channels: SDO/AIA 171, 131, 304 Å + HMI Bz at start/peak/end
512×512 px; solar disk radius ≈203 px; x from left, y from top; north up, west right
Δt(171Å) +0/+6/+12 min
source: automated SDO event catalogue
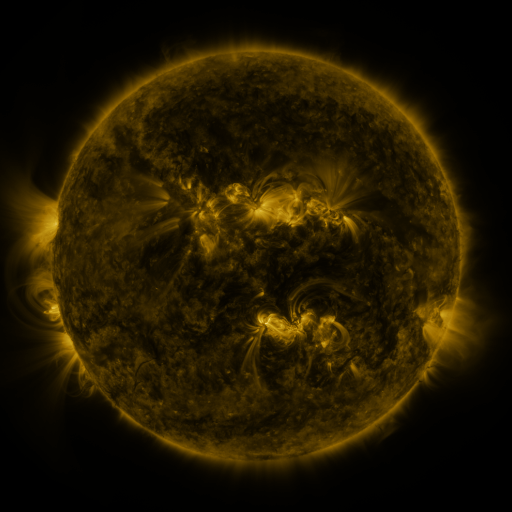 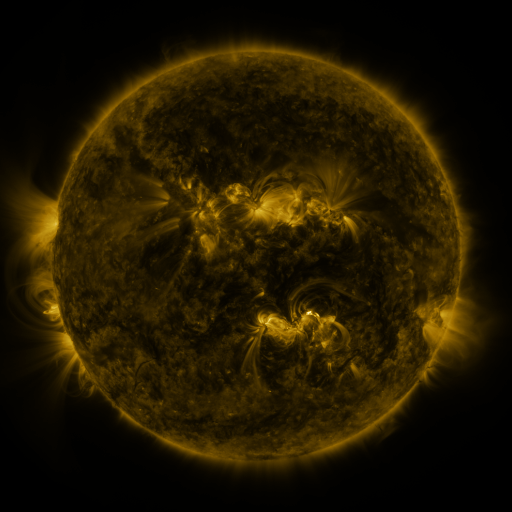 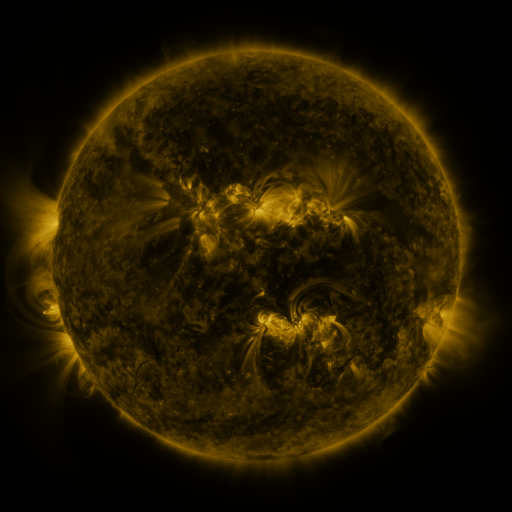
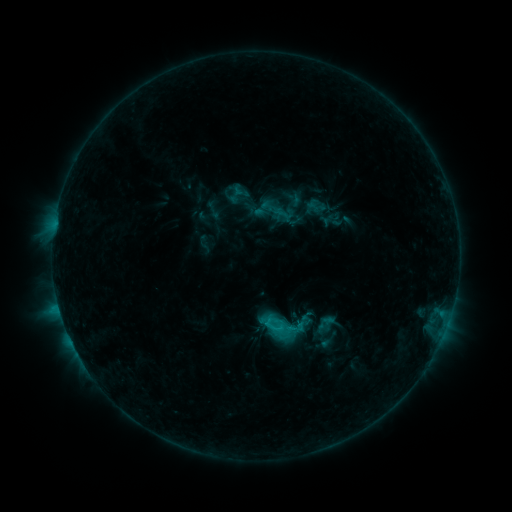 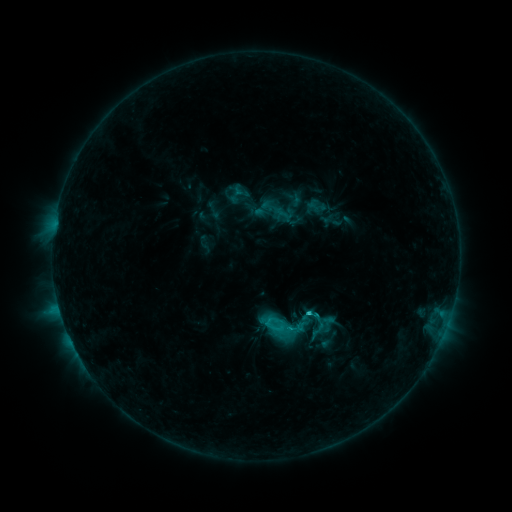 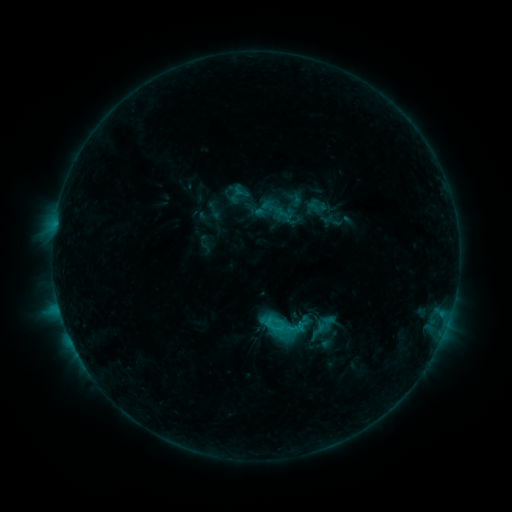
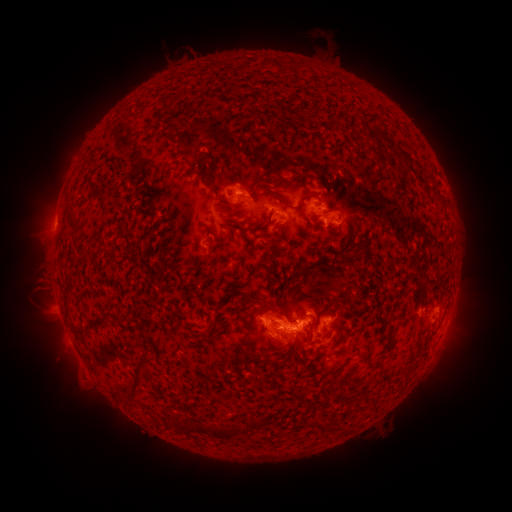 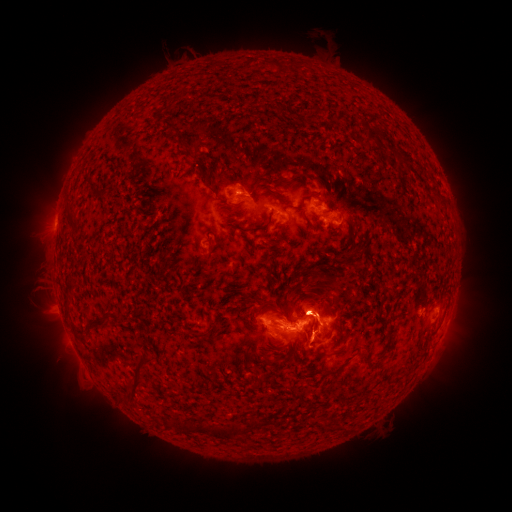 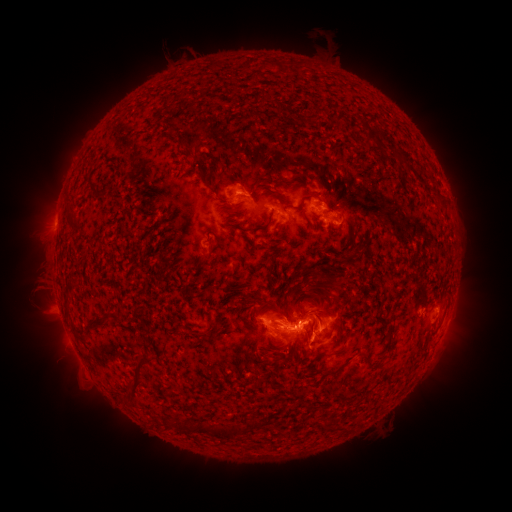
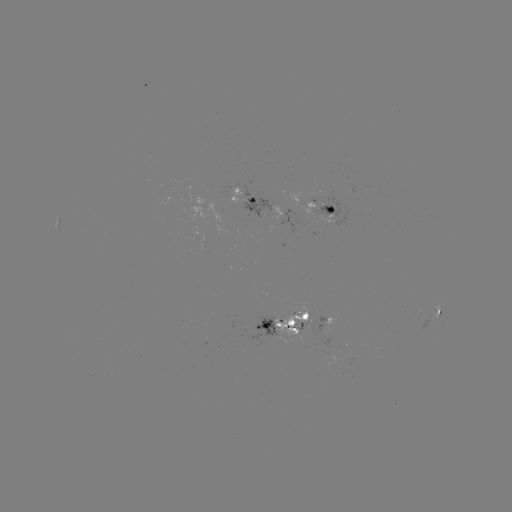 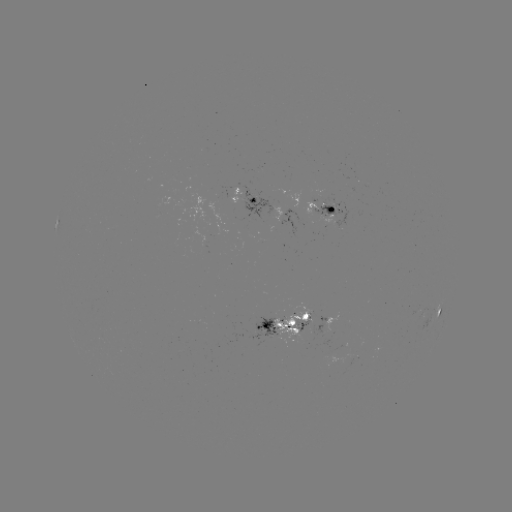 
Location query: eruption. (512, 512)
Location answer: (317, 304).